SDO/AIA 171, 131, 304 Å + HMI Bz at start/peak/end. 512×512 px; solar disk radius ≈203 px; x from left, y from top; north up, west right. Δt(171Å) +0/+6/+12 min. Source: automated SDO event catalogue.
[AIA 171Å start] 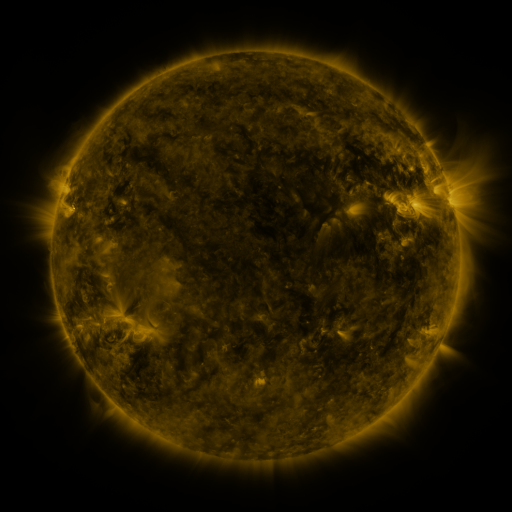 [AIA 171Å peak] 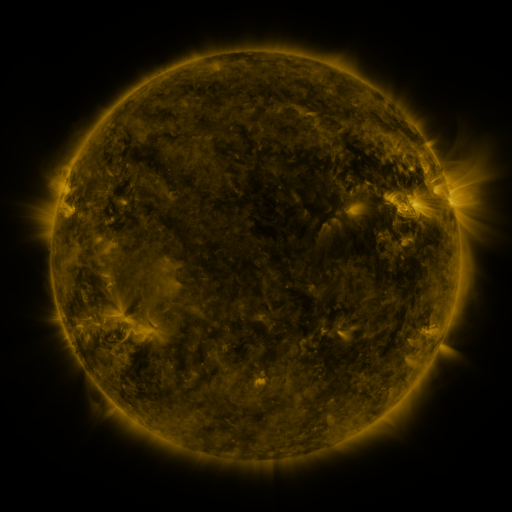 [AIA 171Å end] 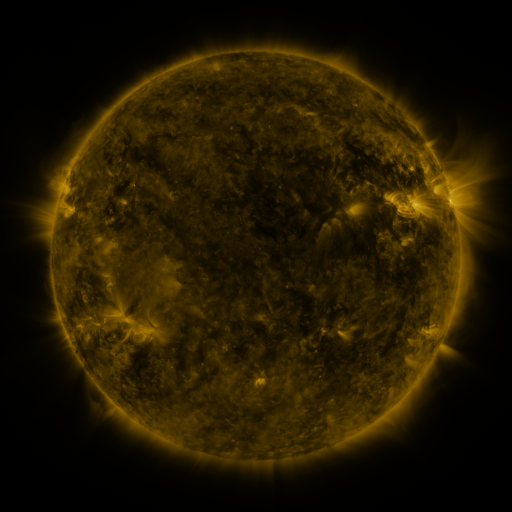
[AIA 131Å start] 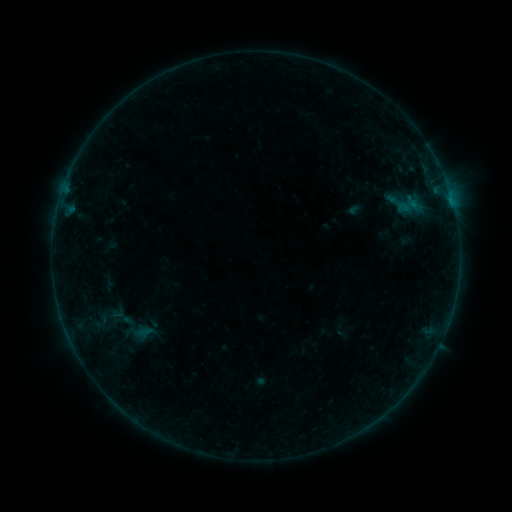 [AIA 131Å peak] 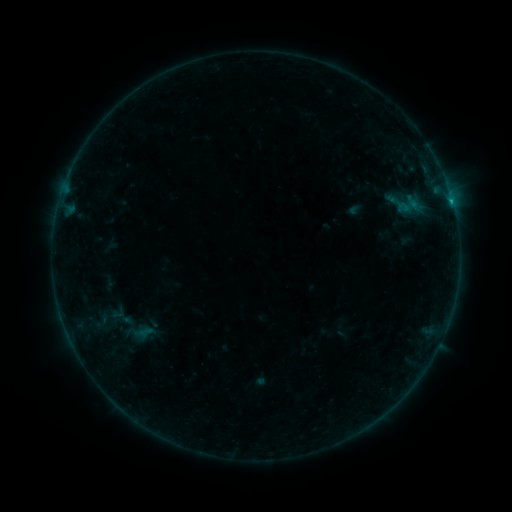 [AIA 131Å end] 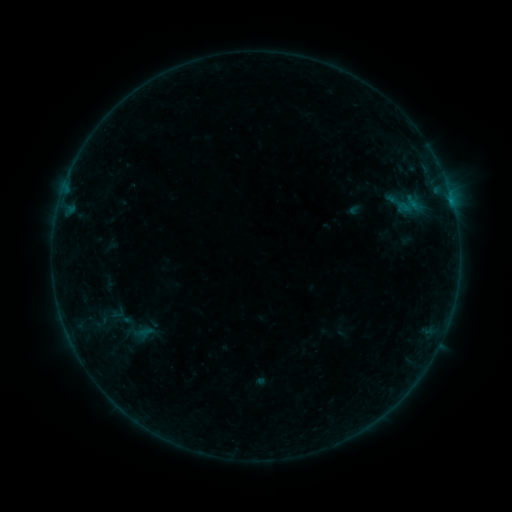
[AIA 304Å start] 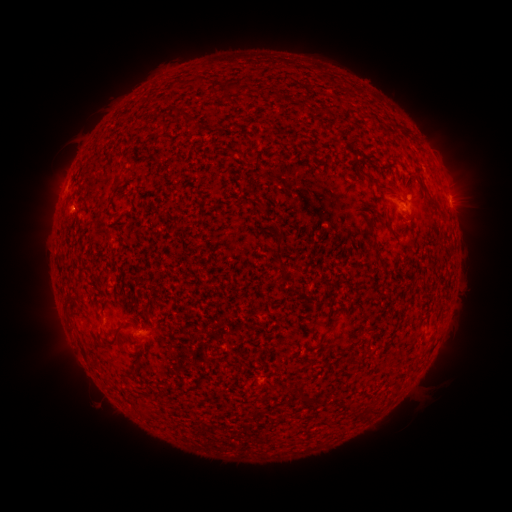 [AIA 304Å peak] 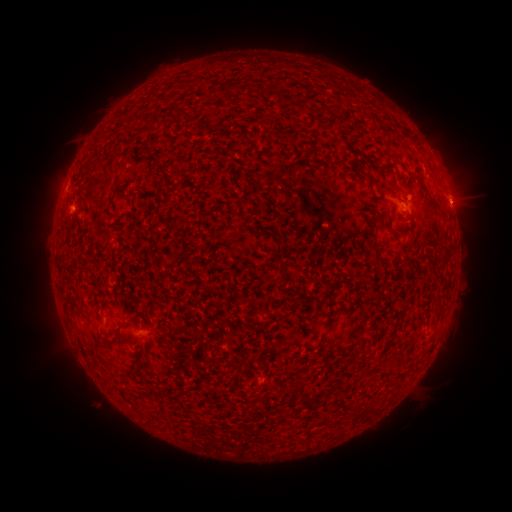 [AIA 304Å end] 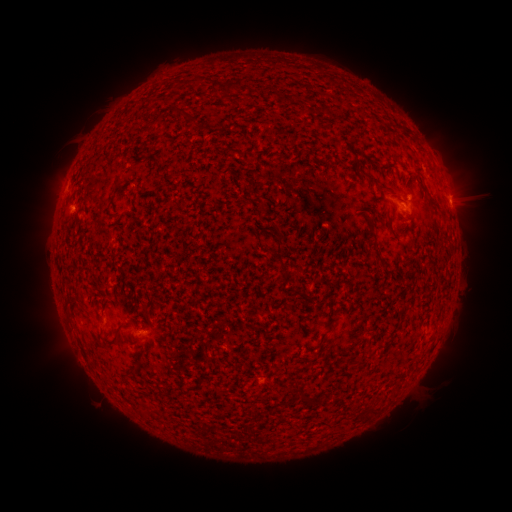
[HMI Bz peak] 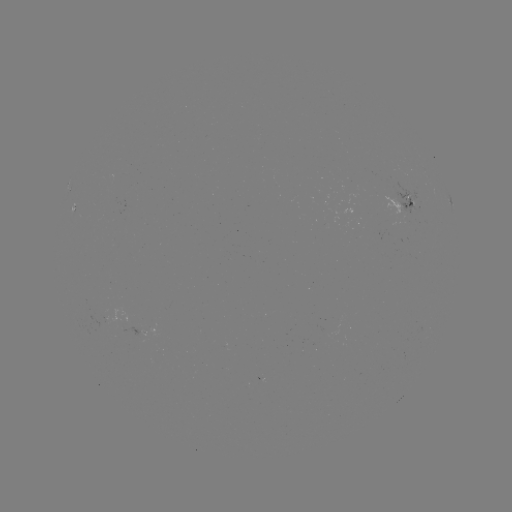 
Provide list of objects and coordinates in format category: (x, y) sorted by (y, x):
B3.2 flare: (450, 204)
